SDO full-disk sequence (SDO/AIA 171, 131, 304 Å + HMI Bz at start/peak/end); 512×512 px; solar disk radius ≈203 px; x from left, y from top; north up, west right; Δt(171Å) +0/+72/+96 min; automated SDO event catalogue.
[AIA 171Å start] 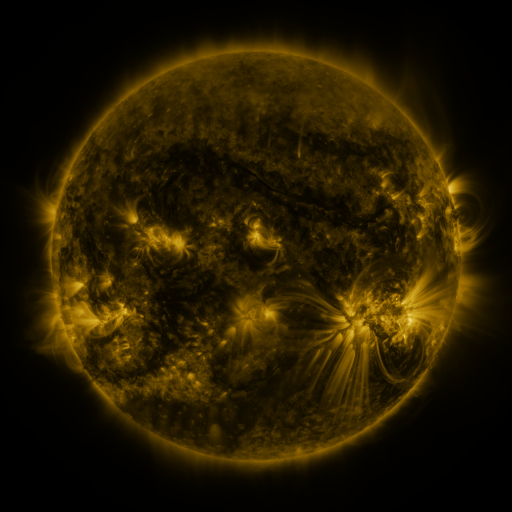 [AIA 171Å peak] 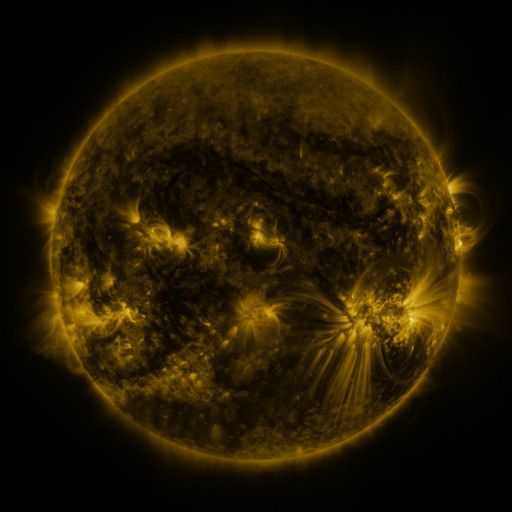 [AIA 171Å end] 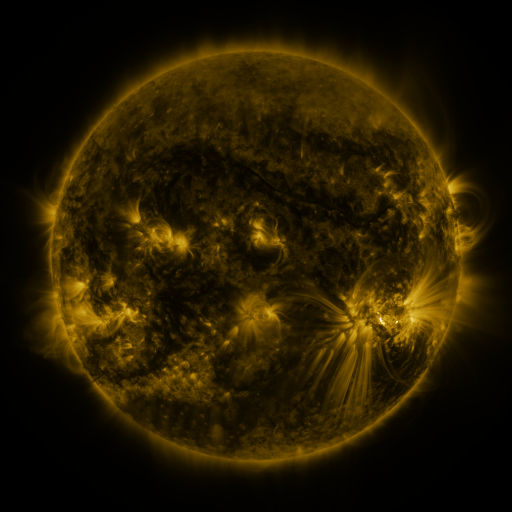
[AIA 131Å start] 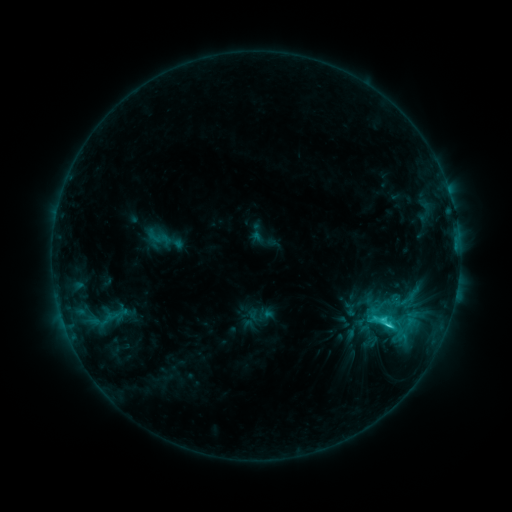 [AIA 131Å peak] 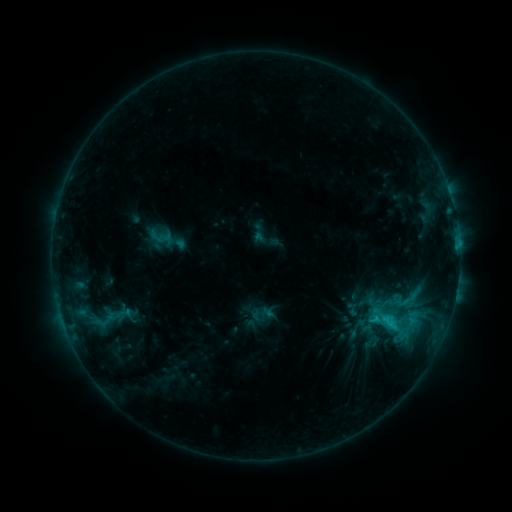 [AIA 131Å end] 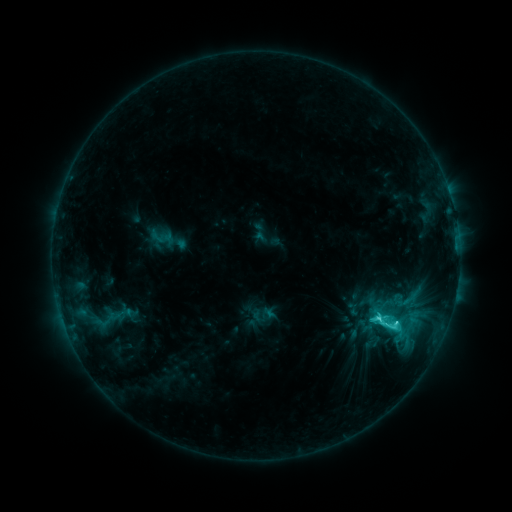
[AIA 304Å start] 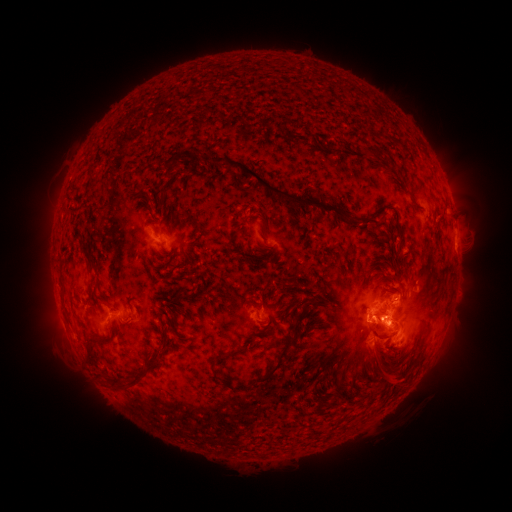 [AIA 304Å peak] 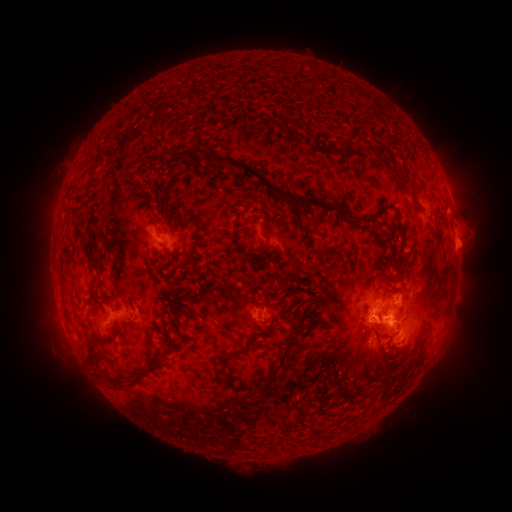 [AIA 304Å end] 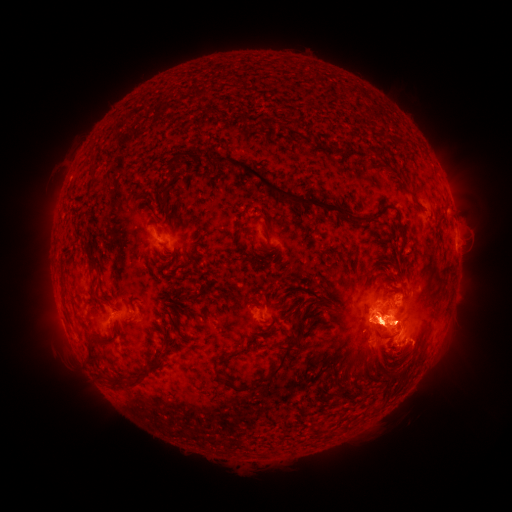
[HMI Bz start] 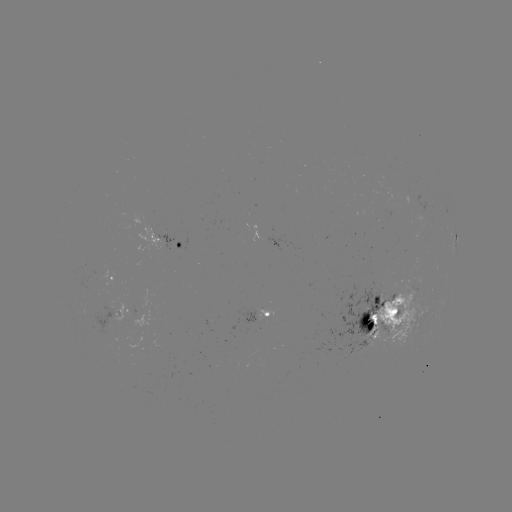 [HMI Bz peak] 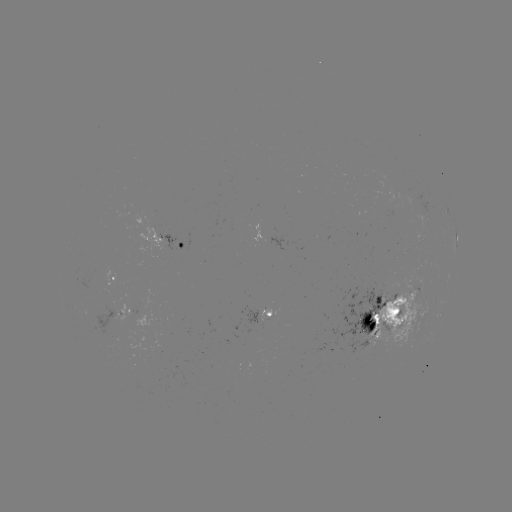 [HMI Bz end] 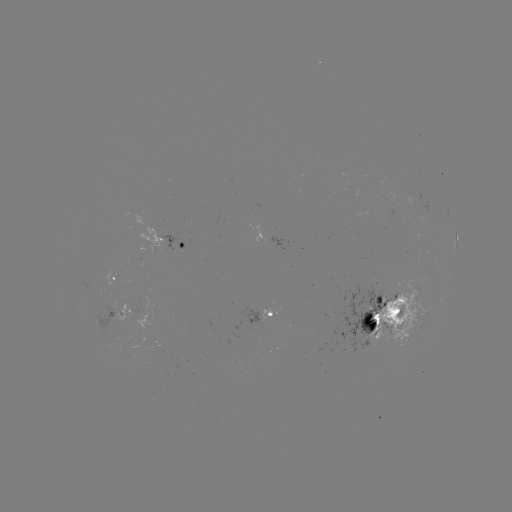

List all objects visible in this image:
emerging-flux region: (108, 322)
